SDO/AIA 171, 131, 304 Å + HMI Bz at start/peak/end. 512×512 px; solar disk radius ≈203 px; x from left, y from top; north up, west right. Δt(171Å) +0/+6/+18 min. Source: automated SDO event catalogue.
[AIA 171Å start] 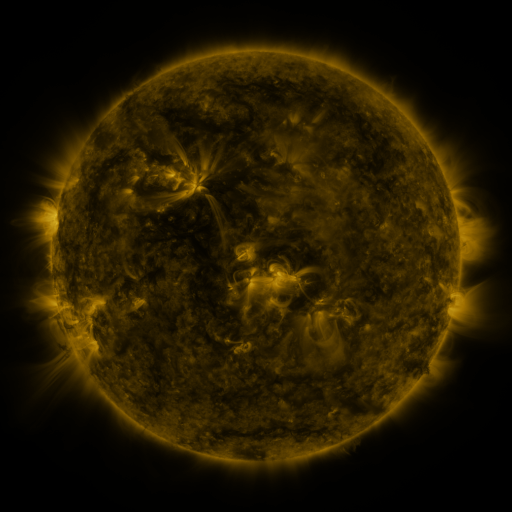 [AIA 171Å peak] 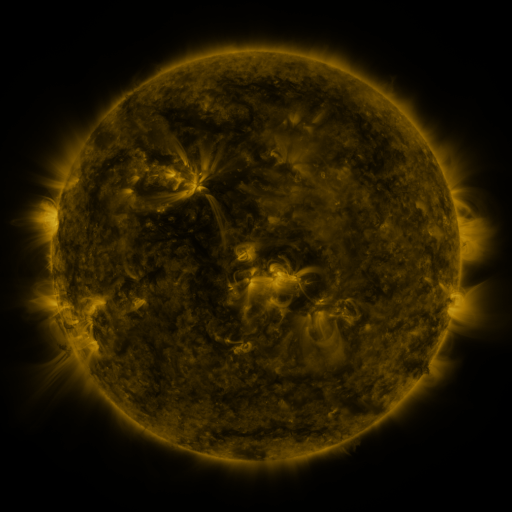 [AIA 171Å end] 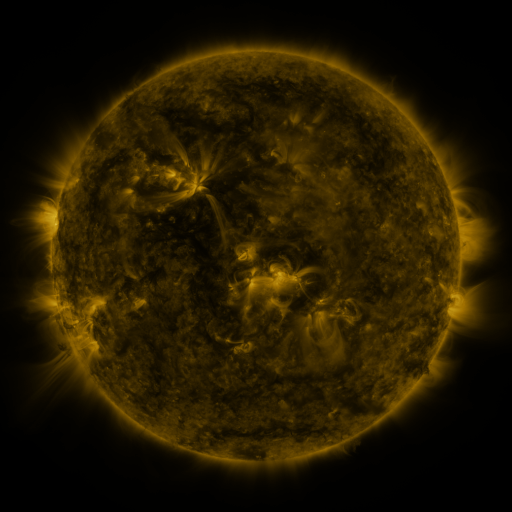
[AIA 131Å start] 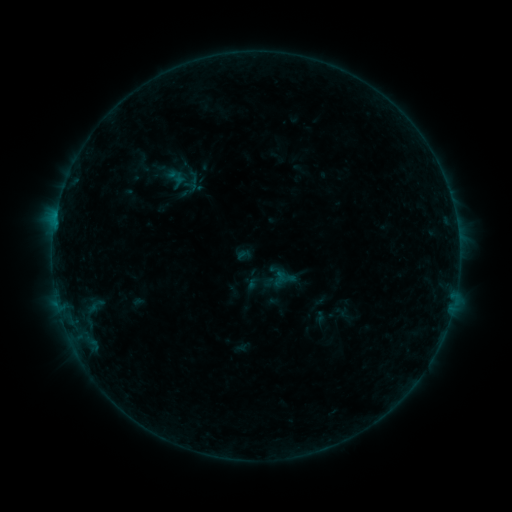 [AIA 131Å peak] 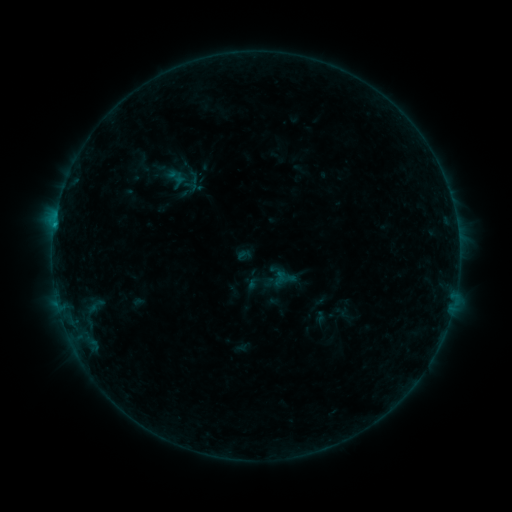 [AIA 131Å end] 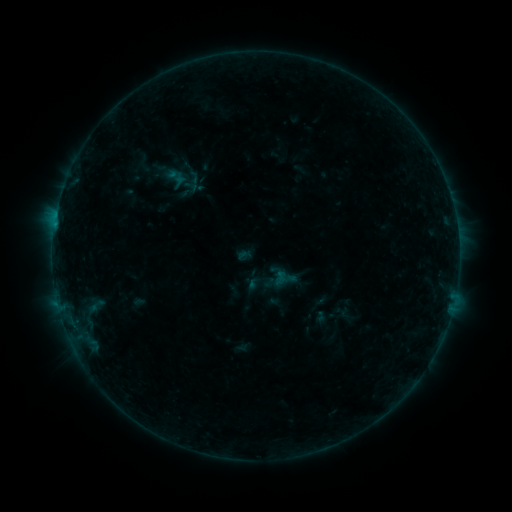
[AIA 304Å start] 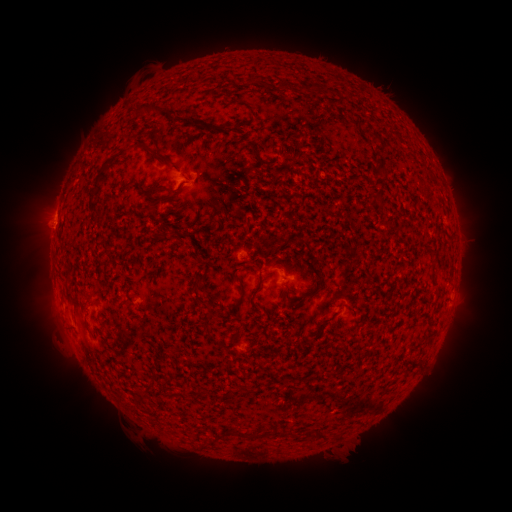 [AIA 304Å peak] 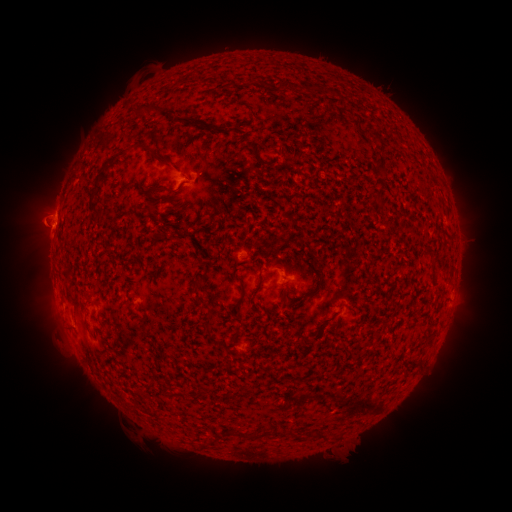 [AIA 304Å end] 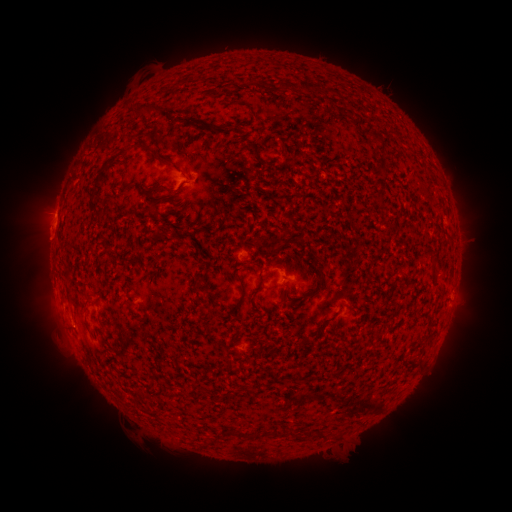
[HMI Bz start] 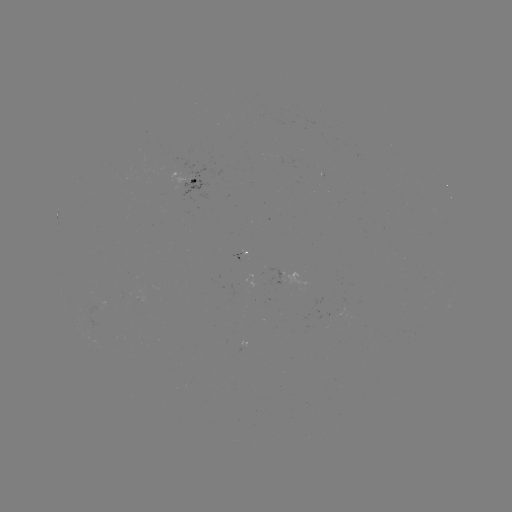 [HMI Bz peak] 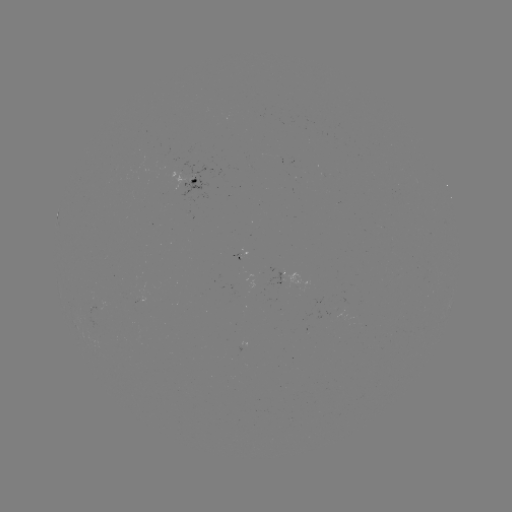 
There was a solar flare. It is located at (54, 227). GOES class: B3.2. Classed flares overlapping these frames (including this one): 1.